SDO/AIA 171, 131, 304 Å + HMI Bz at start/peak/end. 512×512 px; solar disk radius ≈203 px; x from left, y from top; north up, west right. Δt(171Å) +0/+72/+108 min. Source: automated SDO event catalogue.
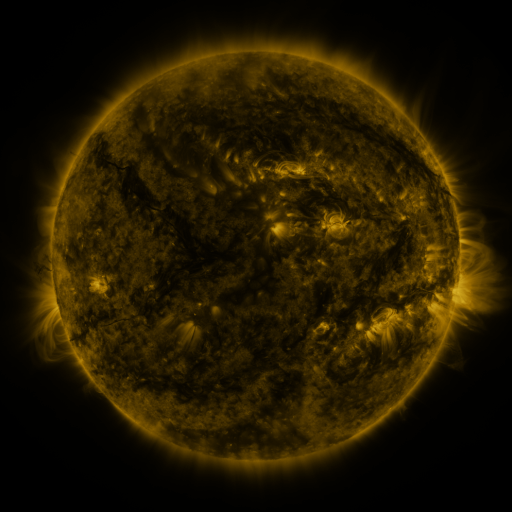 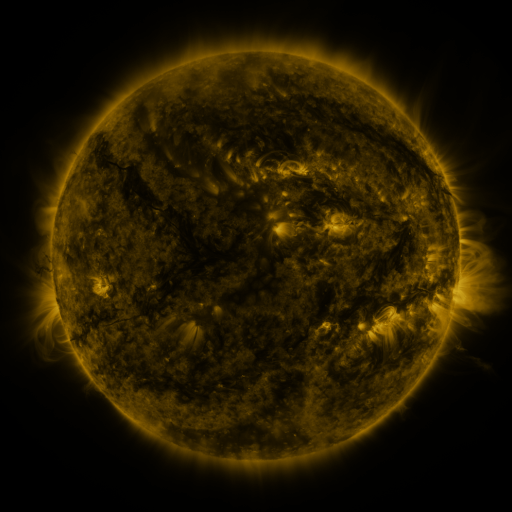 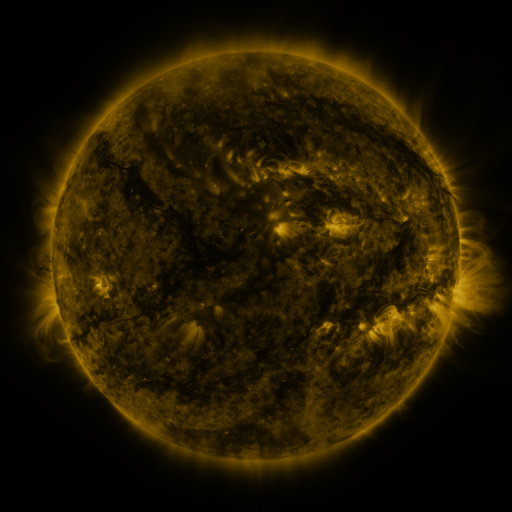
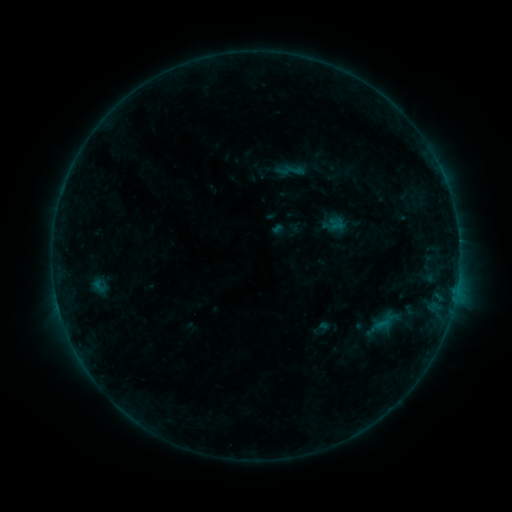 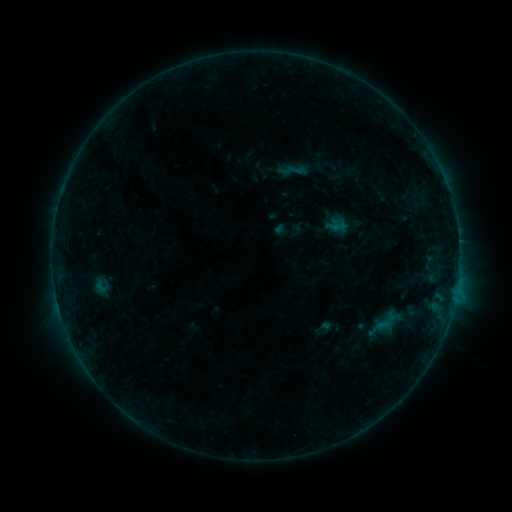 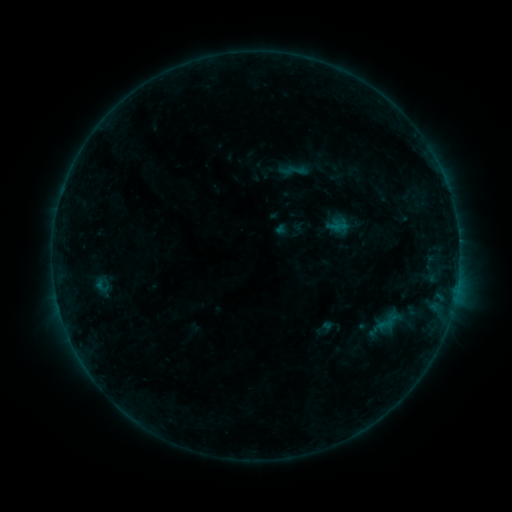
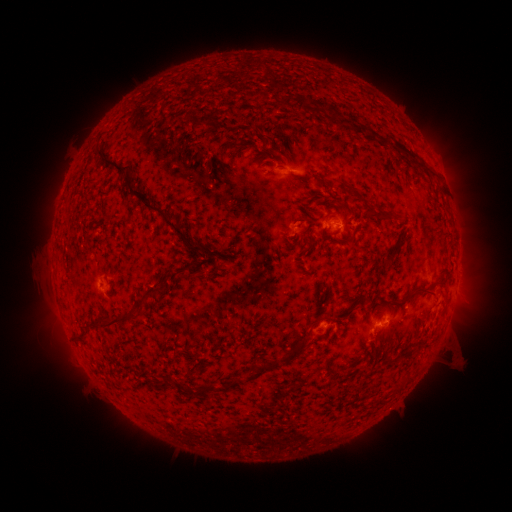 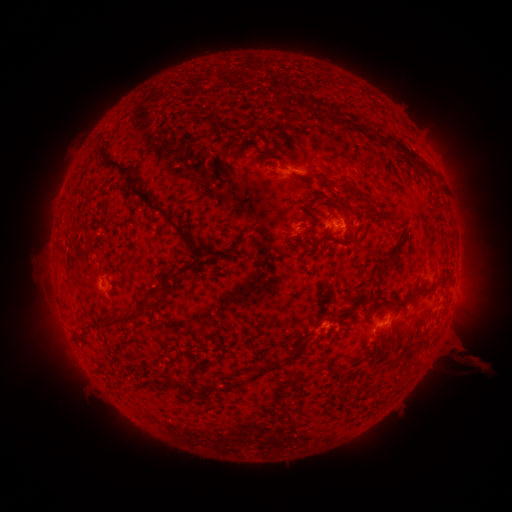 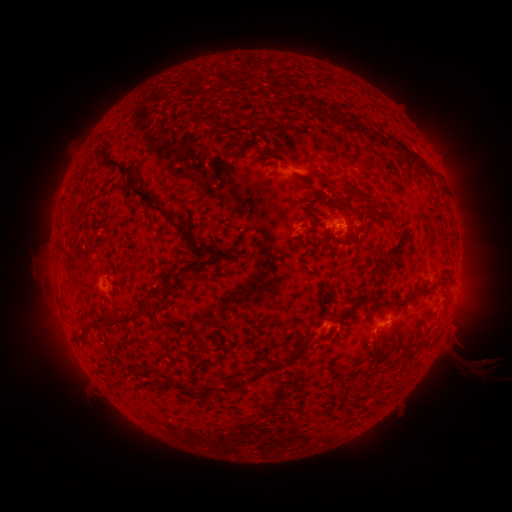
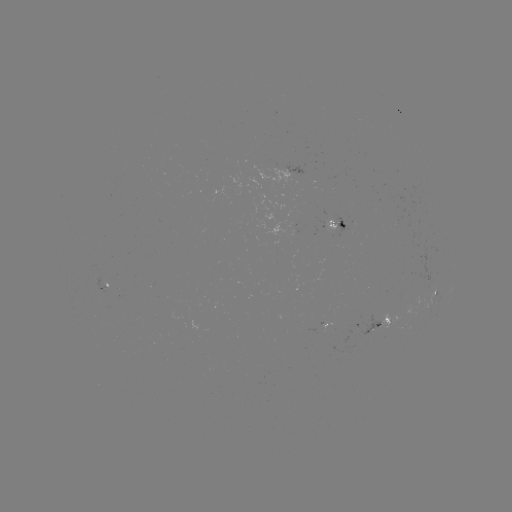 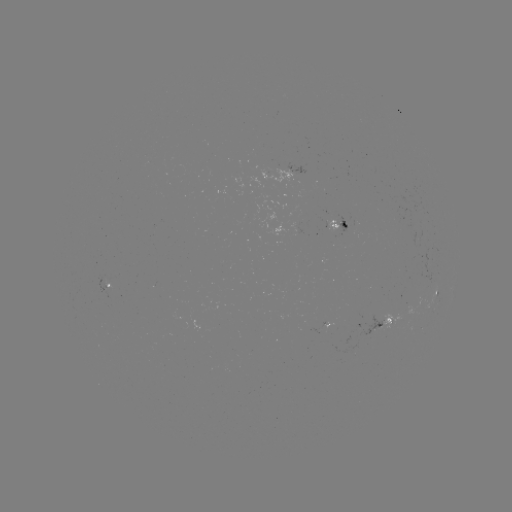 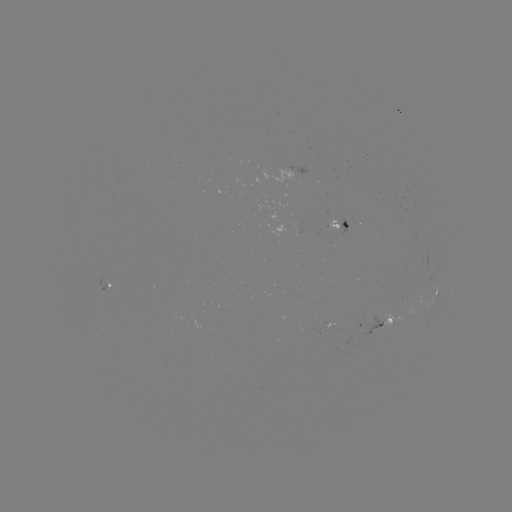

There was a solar emerging-flux region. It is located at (287, 223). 